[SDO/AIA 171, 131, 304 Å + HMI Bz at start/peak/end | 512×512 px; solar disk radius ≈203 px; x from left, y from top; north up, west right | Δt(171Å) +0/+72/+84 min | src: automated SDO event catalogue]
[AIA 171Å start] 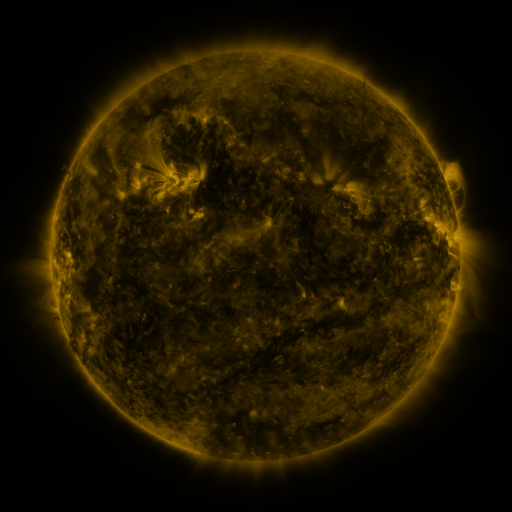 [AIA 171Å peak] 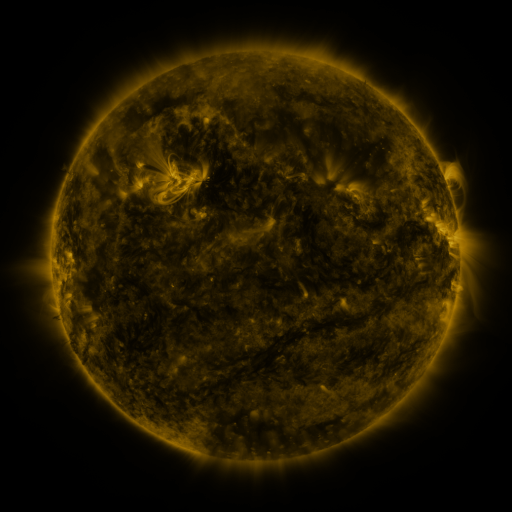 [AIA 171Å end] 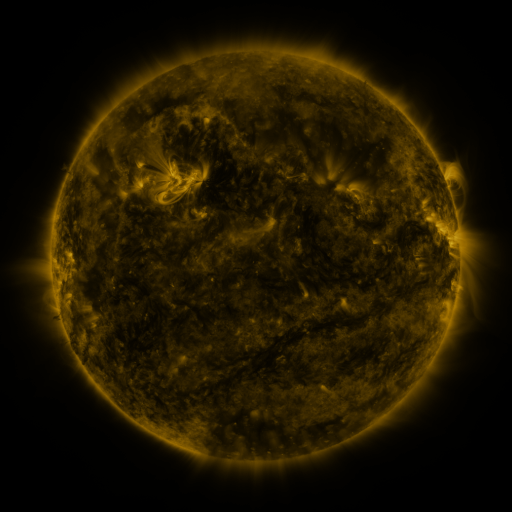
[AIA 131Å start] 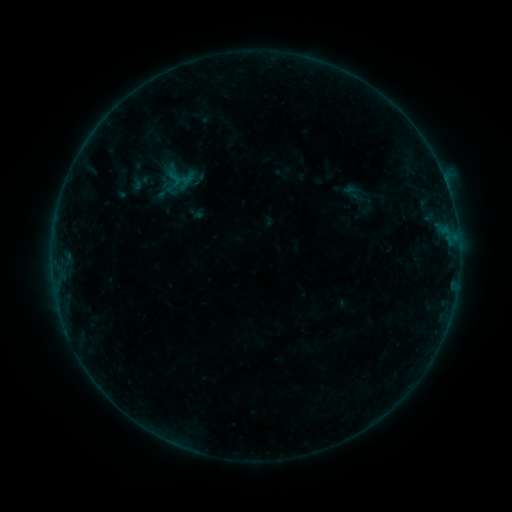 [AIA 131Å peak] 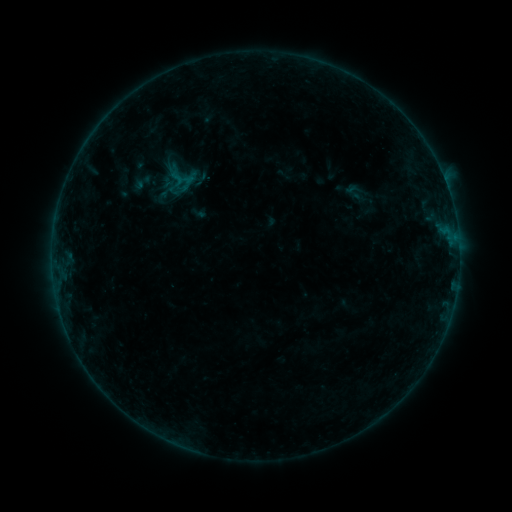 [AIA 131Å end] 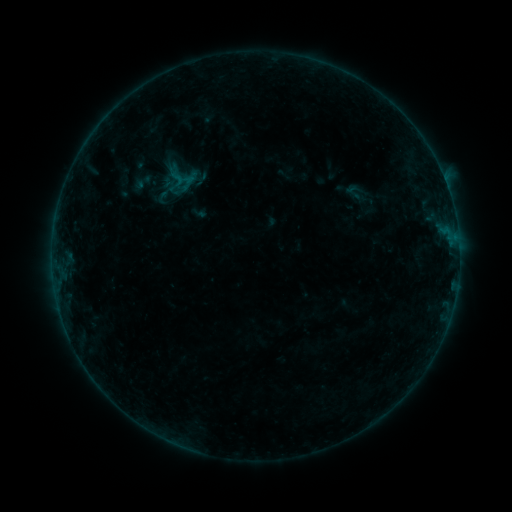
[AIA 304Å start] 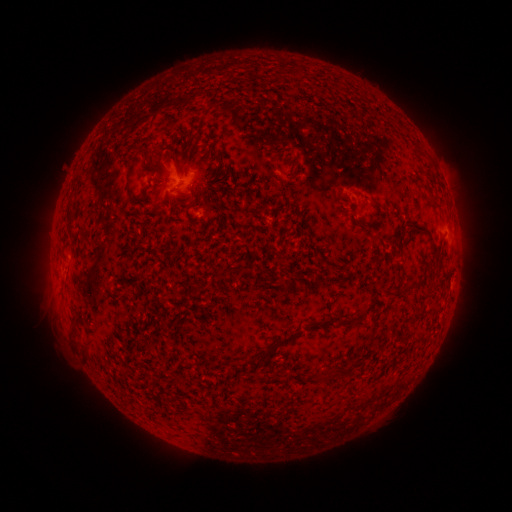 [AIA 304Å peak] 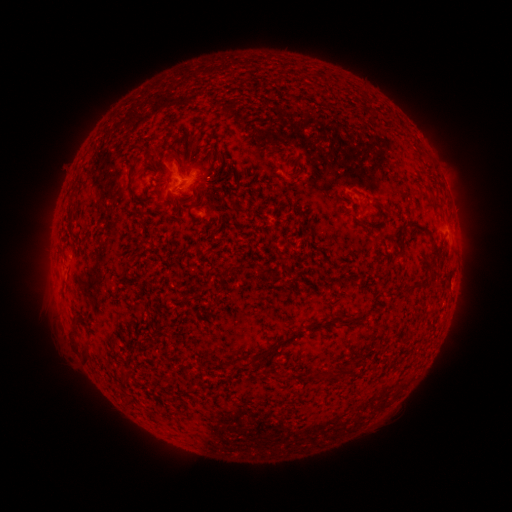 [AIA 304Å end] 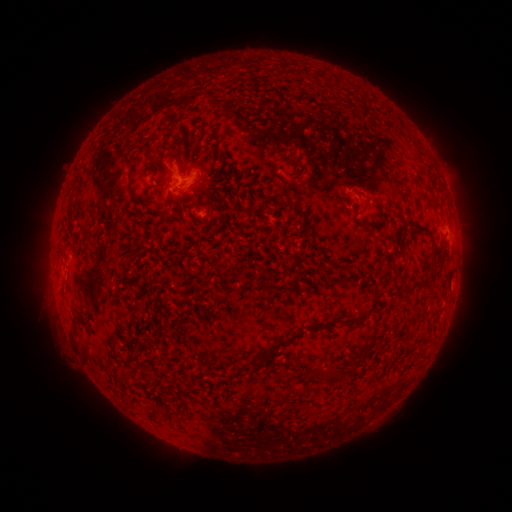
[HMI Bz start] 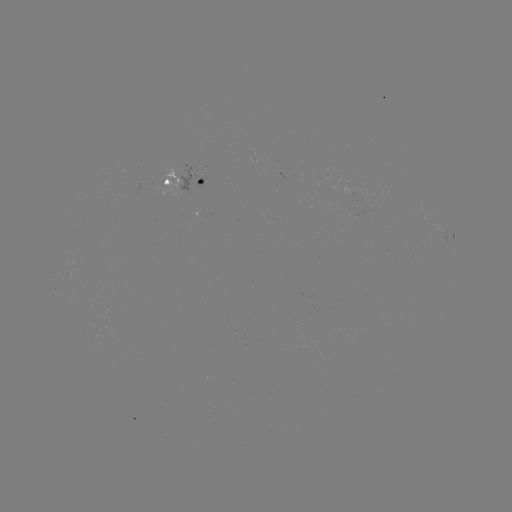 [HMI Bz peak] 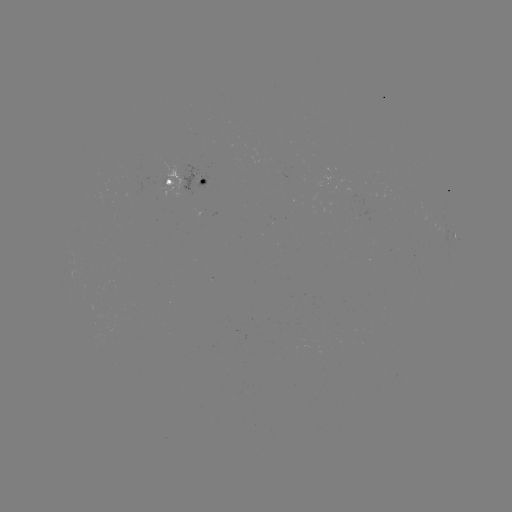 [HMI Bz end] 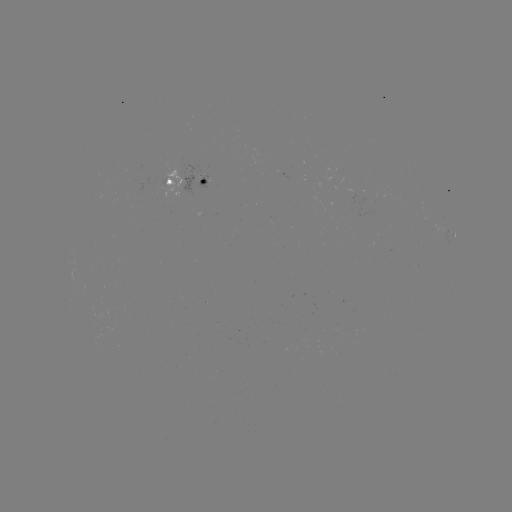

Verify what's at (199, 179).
emerging-flux region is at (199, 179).